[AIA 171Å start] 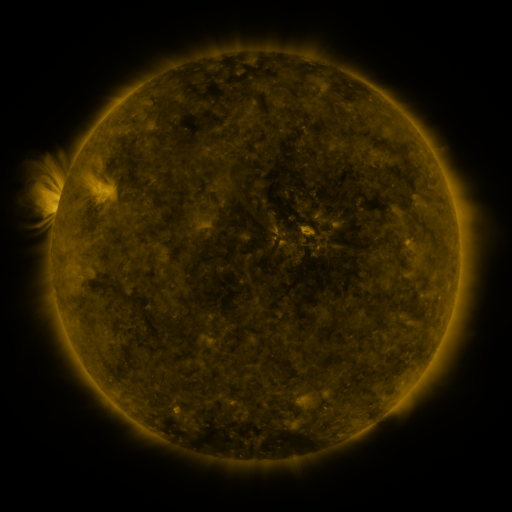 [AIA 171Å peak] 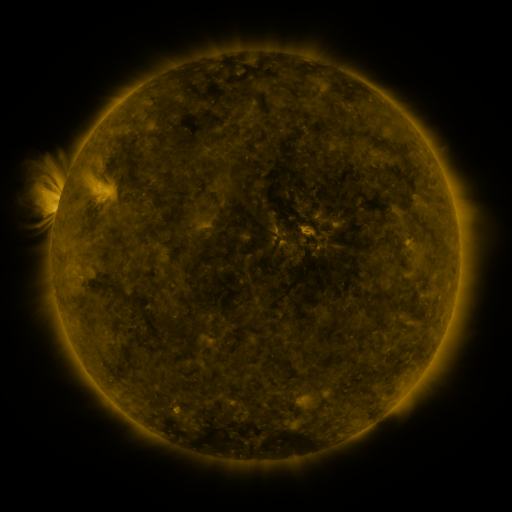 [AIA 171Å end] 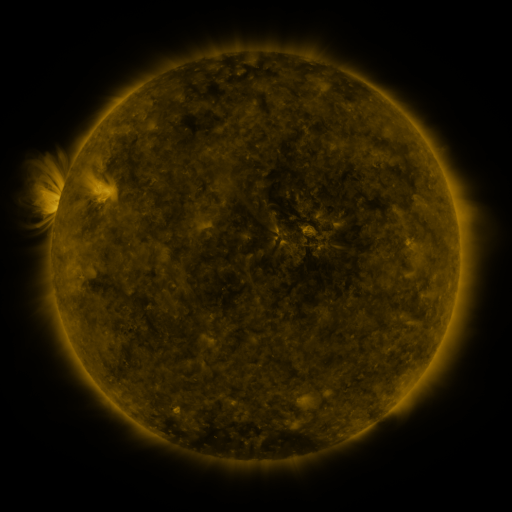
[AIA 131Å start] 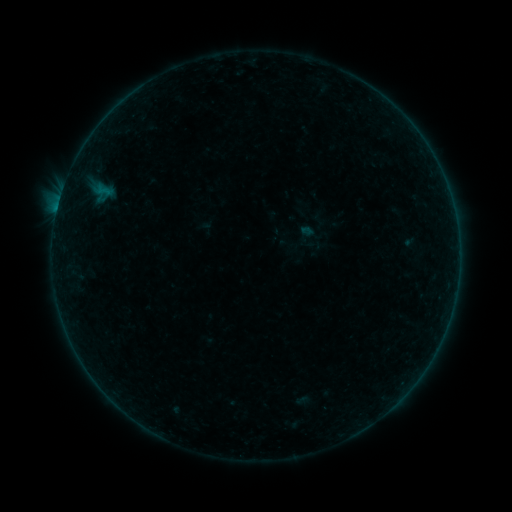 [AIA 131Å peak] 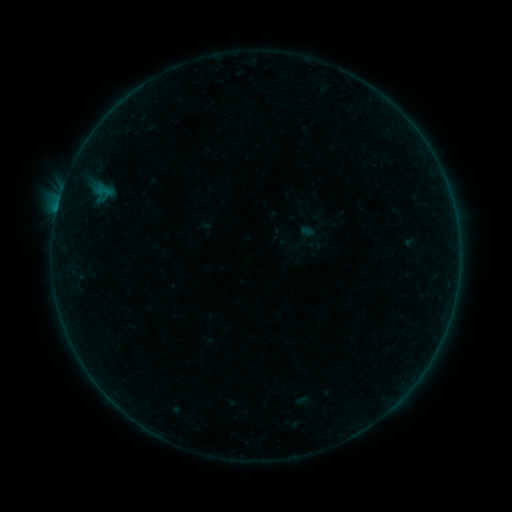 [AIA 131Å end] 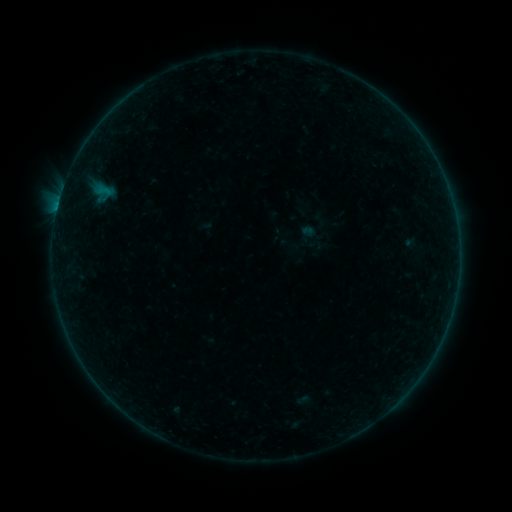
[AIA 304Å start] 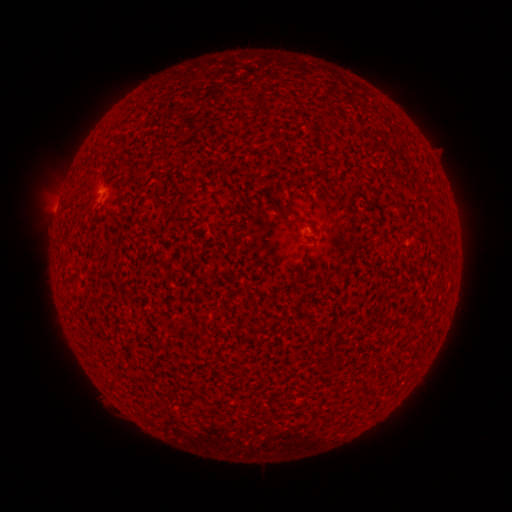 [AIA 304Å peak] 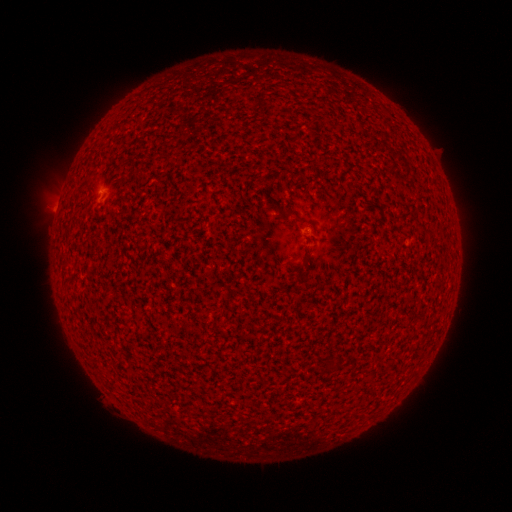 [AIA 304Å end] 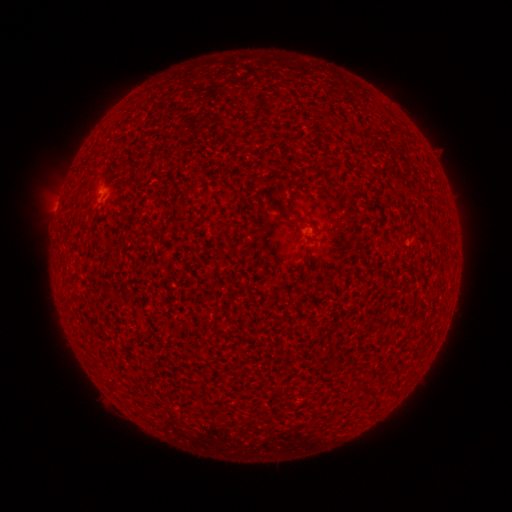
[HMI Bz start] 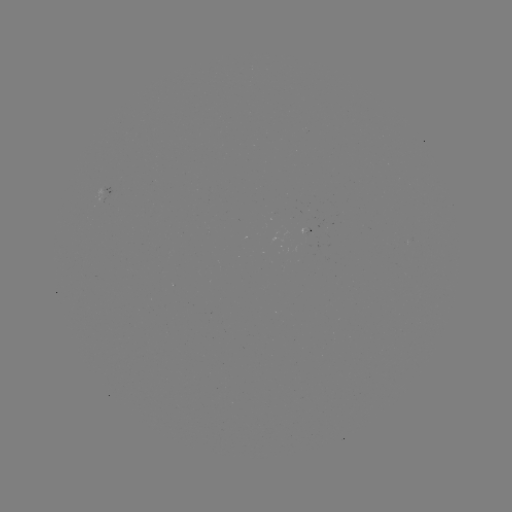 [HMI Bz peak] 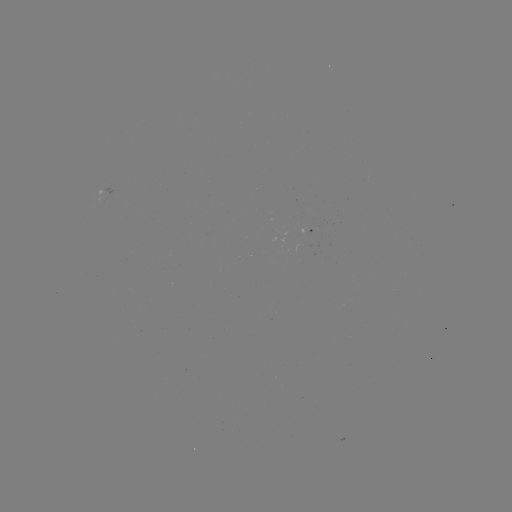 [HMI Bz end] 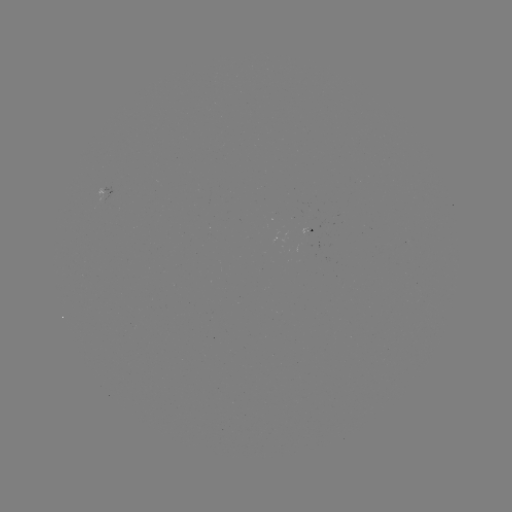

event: flare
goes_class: A8.7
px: (58, 206)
